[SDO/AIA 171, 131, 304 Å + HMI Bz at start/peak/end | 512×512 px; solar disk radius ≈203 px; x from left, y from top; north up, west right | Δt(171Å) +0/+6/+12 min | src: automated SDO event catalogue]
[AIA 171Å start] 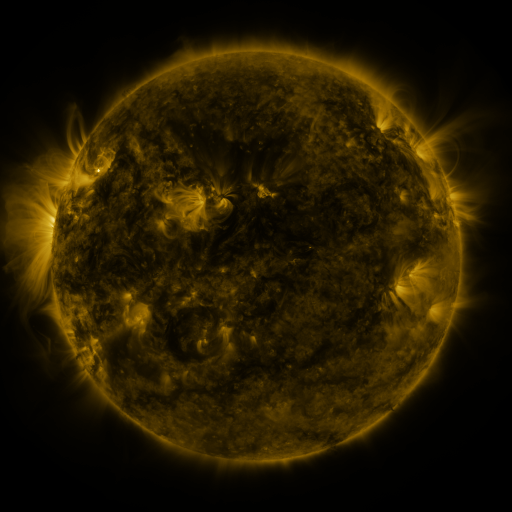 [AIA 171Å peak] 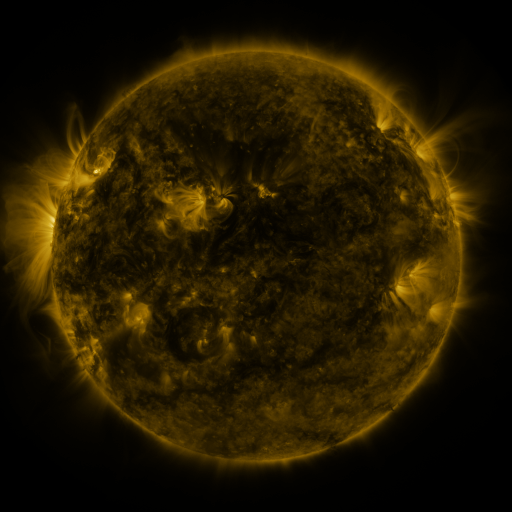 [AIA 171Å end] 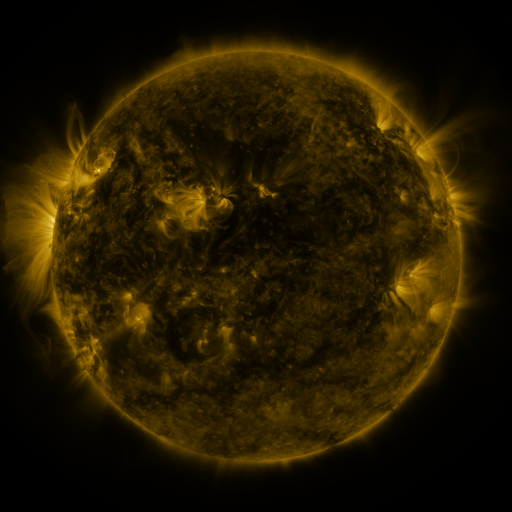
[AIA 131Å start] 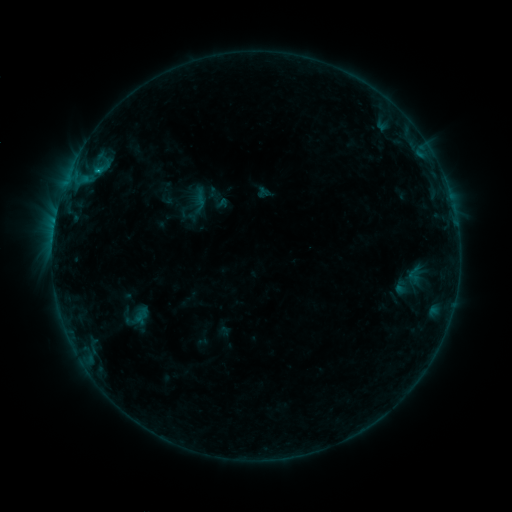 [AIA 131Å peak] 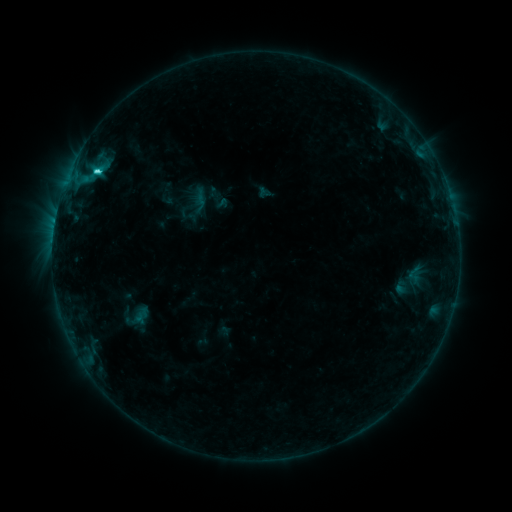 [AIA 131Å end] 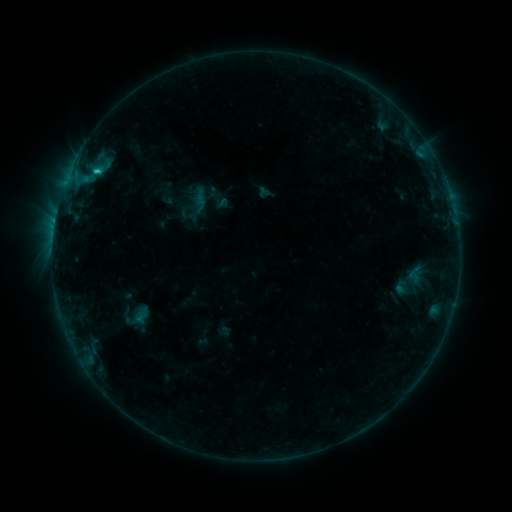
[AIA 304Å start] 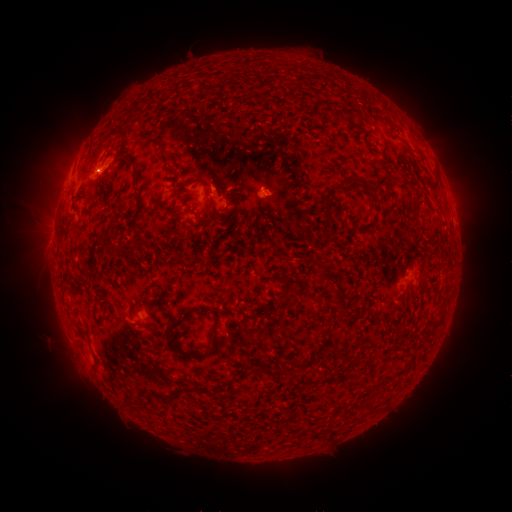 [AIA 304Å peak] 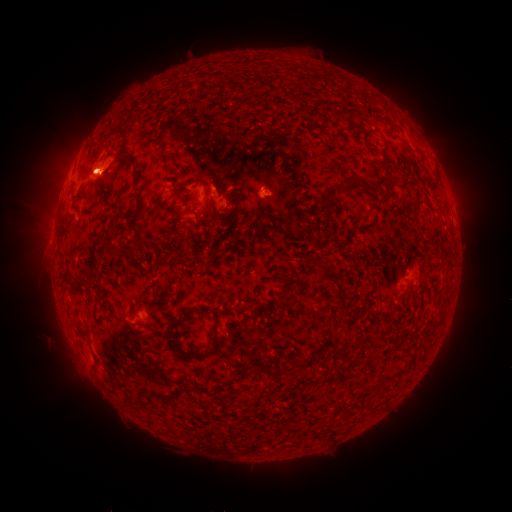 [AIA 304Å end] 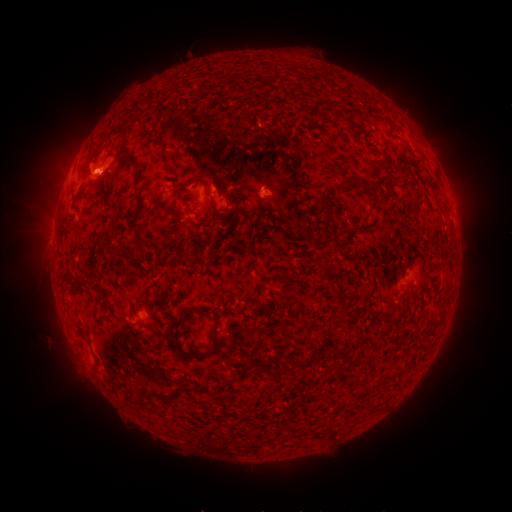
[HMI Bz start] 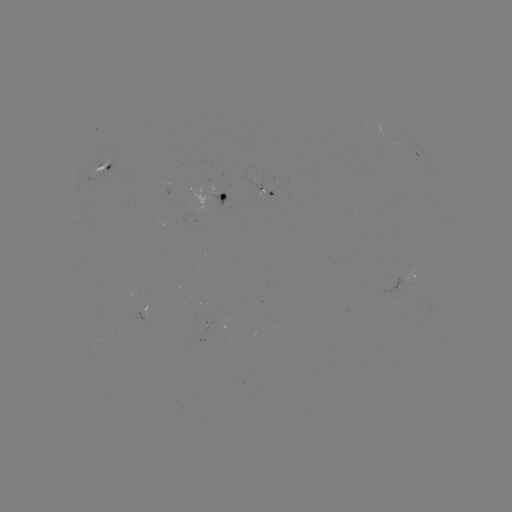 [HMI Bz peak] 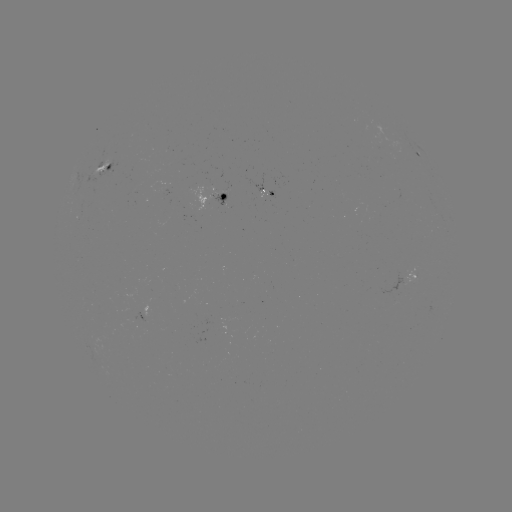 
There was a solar flare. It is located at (98, 172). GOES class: C2.2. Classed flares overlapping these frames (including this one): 1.